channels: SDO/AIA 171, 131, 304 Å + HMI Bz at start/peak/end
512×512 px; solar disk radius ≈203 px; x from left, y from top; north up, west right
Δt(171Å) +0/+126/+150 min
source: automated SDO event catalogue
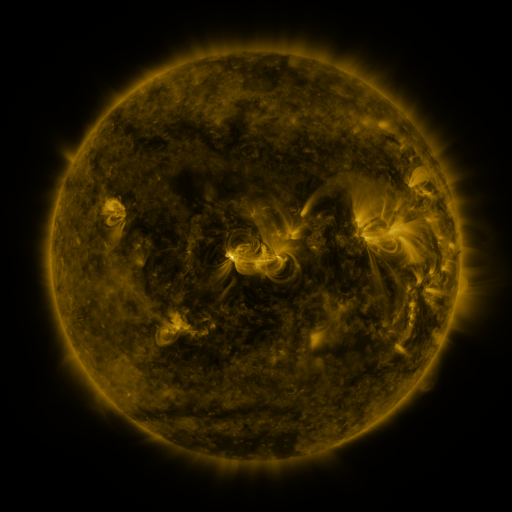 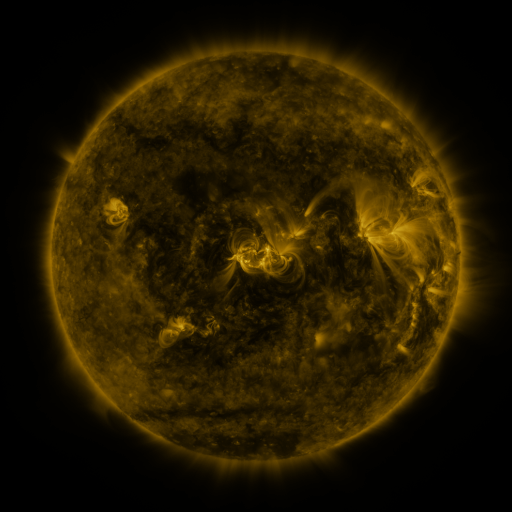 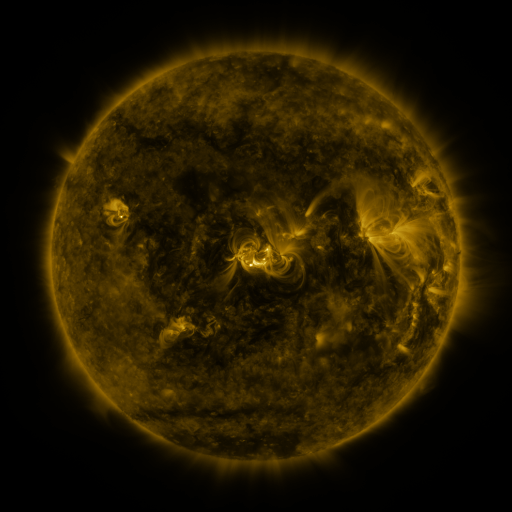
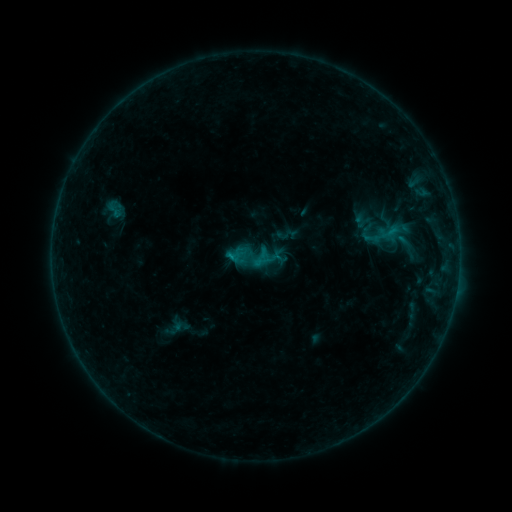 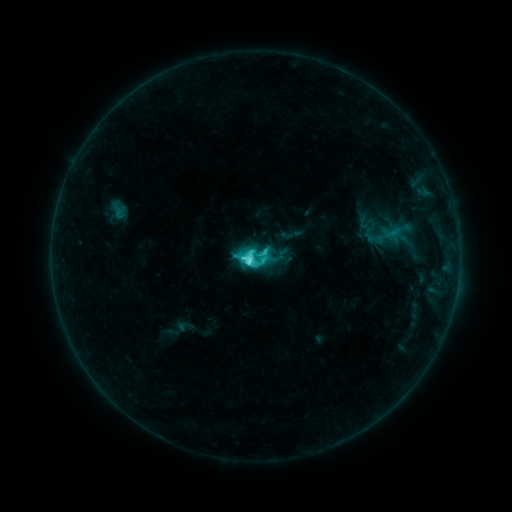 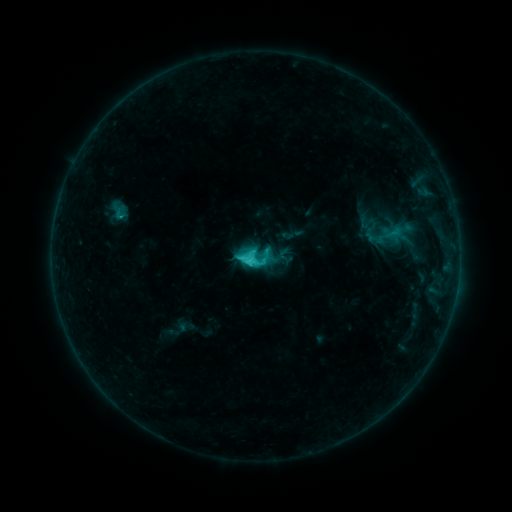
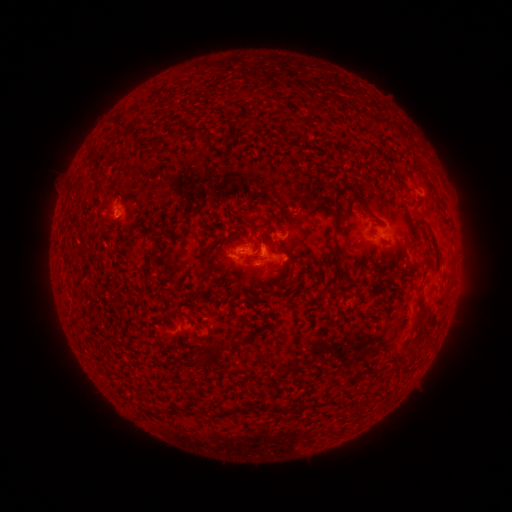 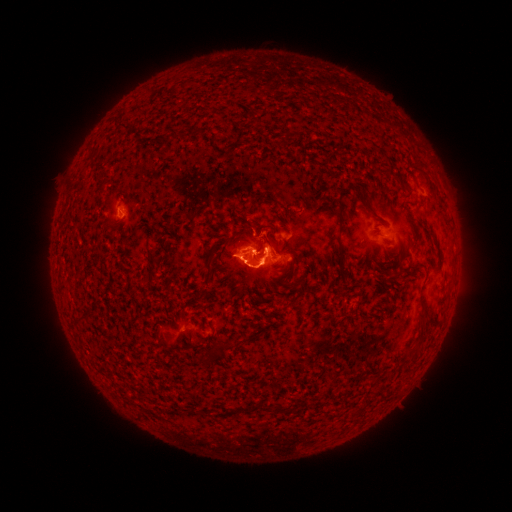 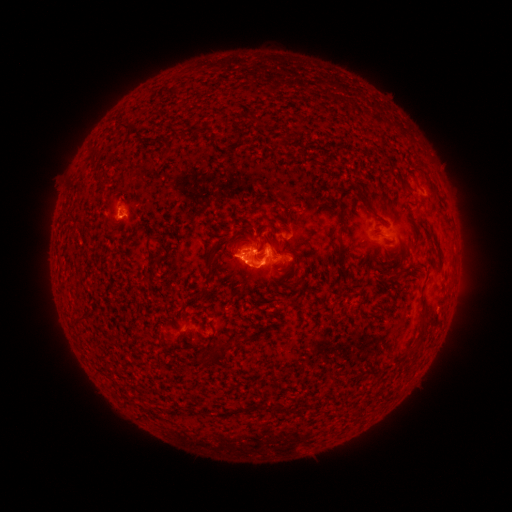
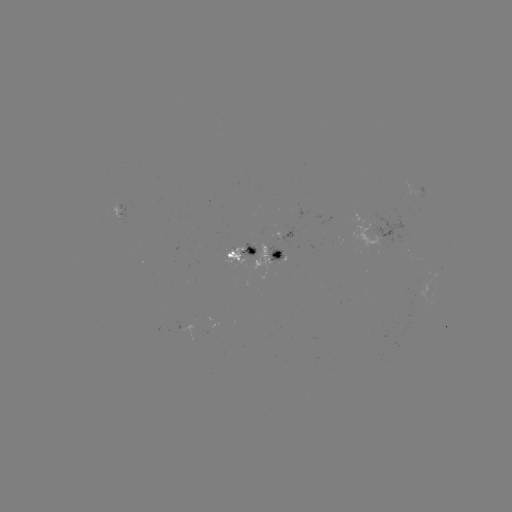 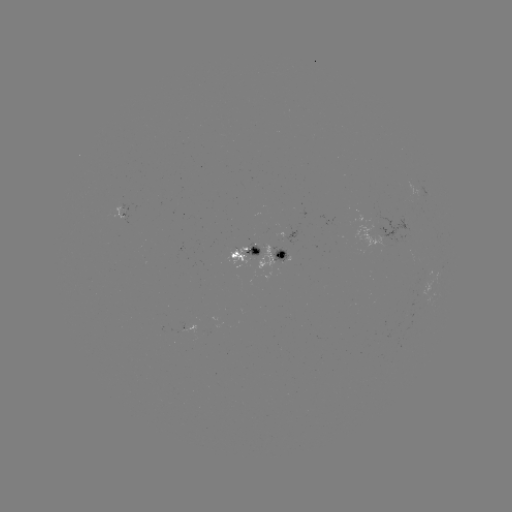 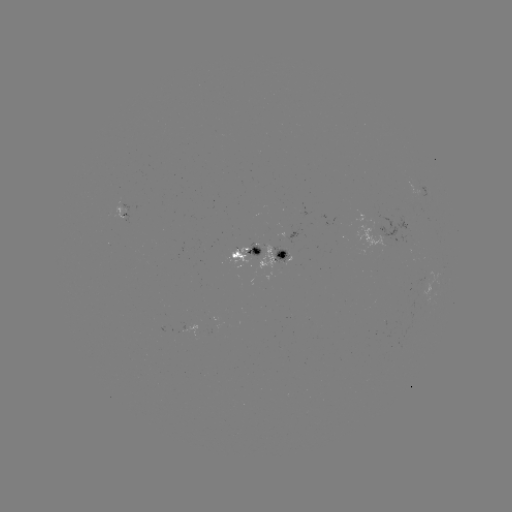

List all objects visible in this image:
C6.6 flare: (256, 265)
